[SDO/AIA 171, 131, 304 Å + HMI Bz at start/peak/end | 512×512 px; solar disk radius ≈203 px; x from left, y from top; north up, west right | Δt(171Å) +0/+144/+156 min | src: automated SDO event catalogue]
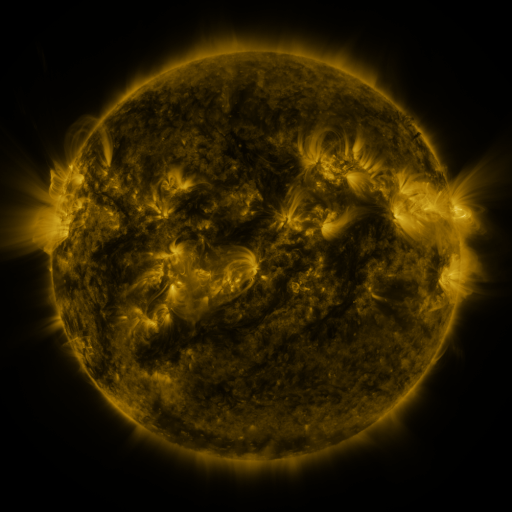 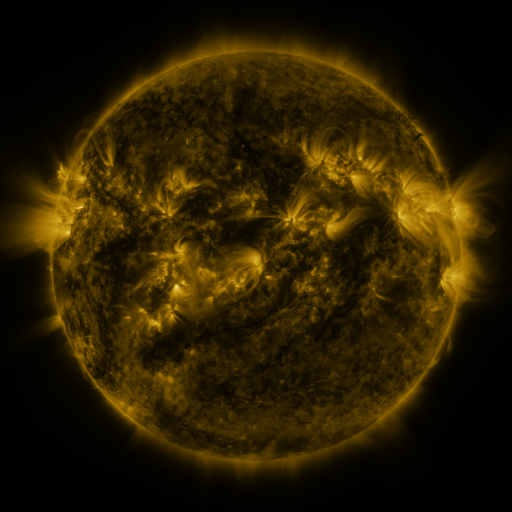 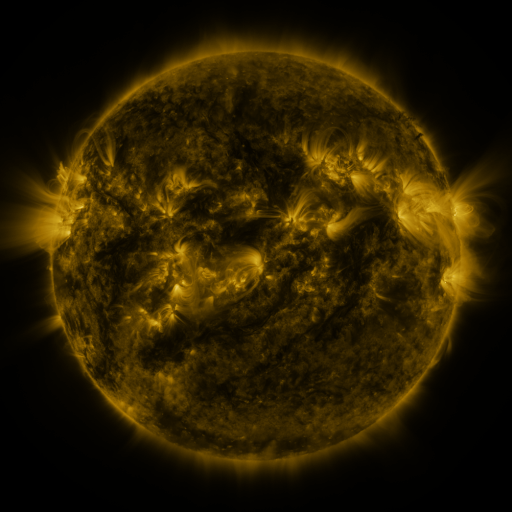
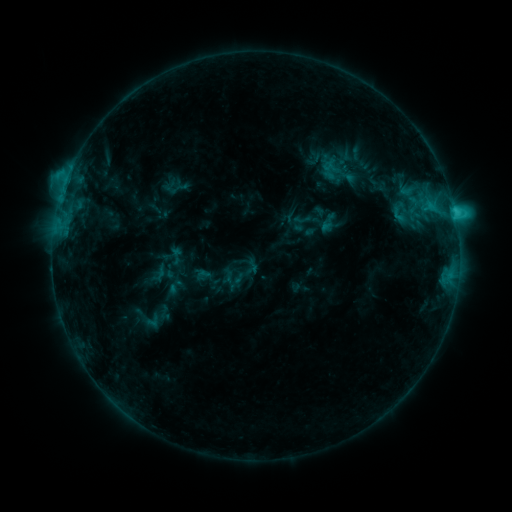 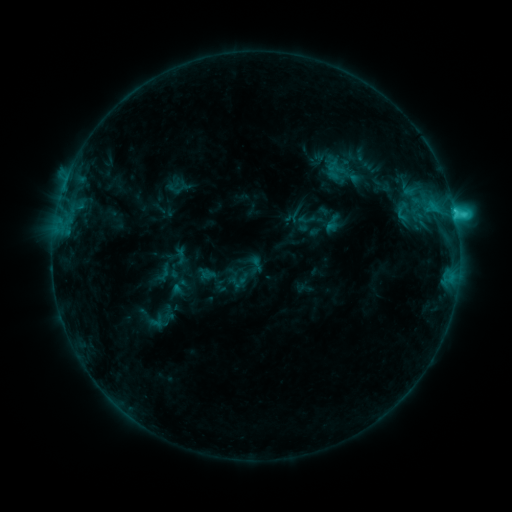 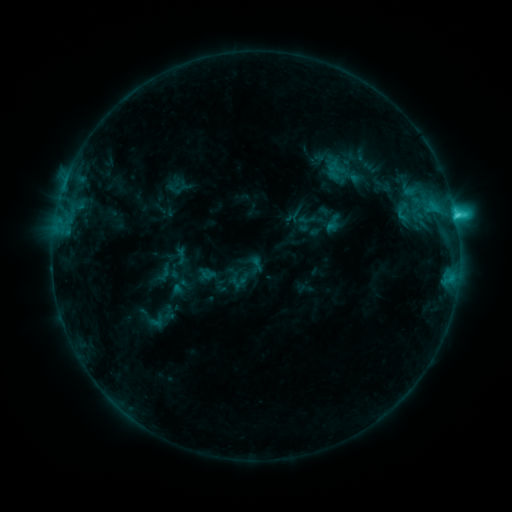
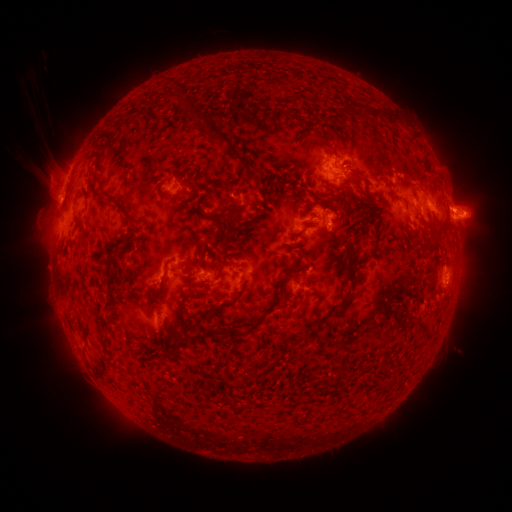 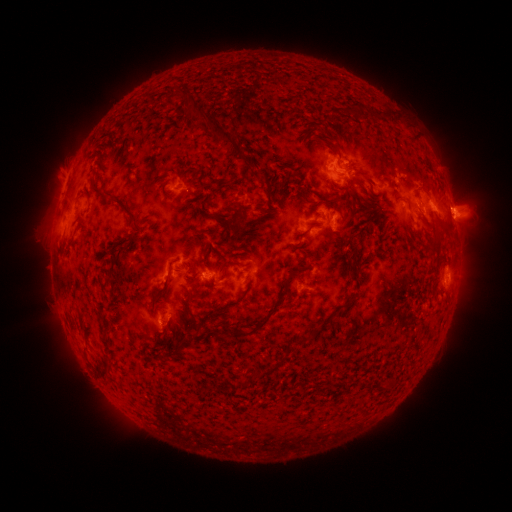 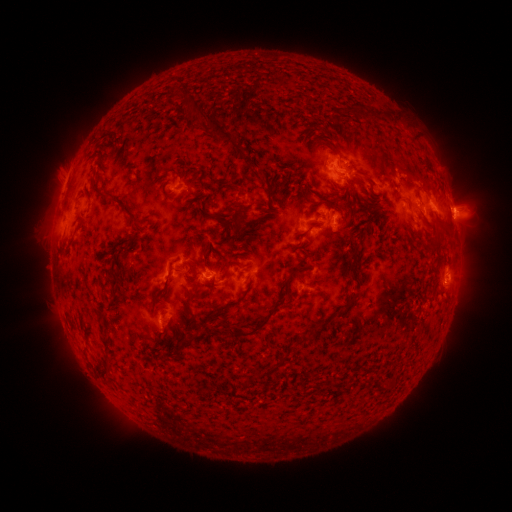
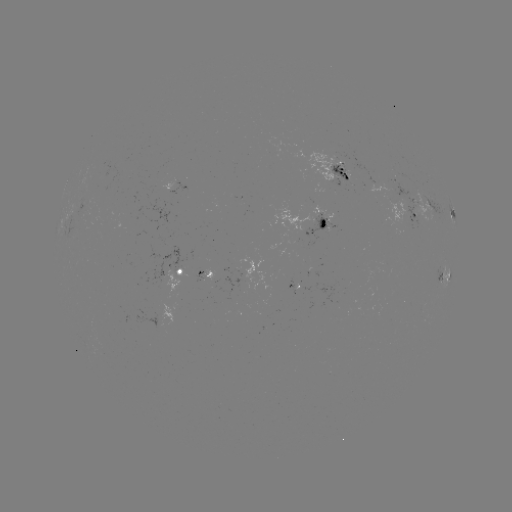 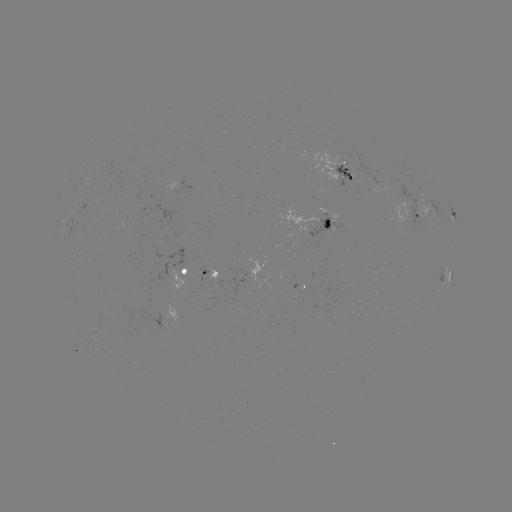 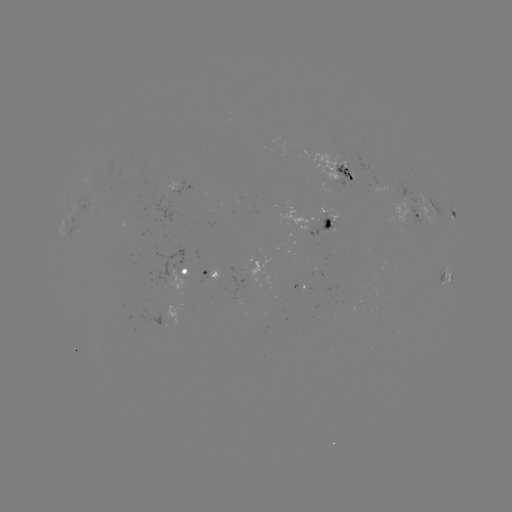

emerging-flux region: [187, 270, 208, 277]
